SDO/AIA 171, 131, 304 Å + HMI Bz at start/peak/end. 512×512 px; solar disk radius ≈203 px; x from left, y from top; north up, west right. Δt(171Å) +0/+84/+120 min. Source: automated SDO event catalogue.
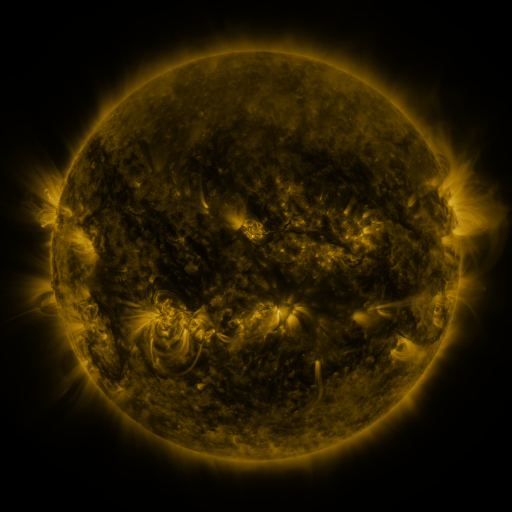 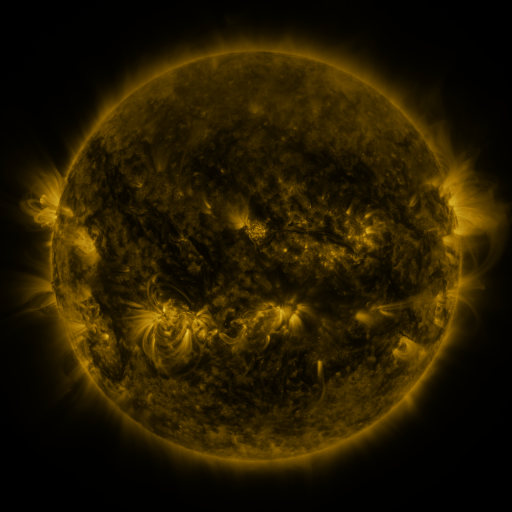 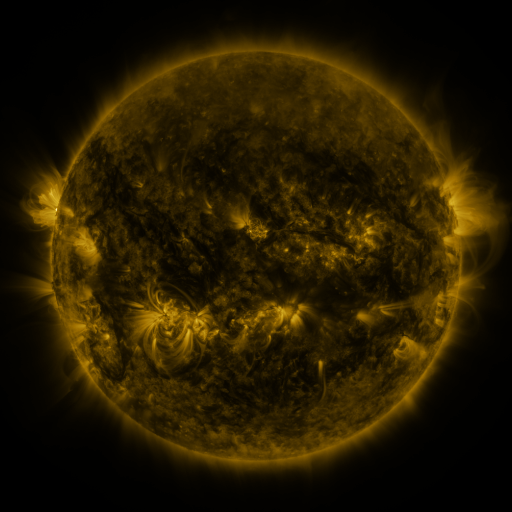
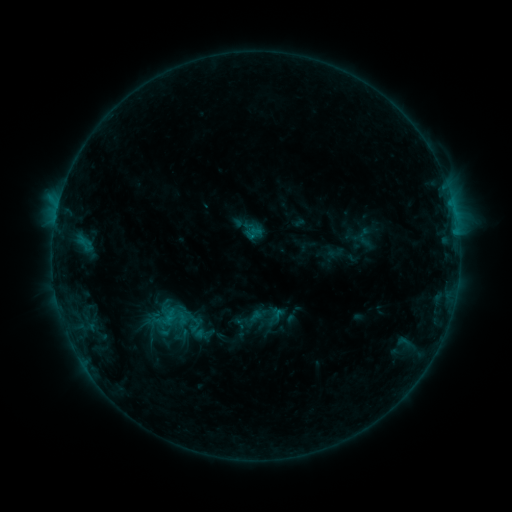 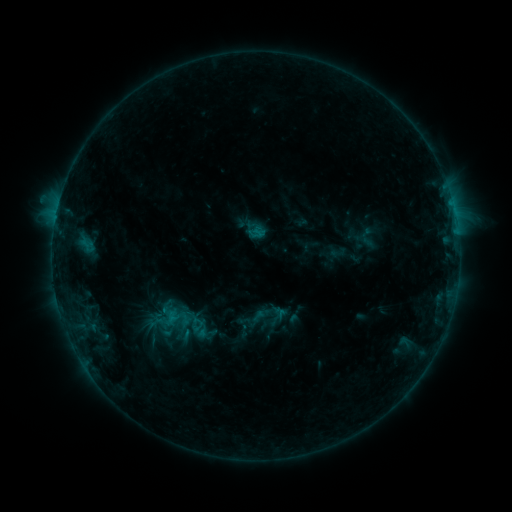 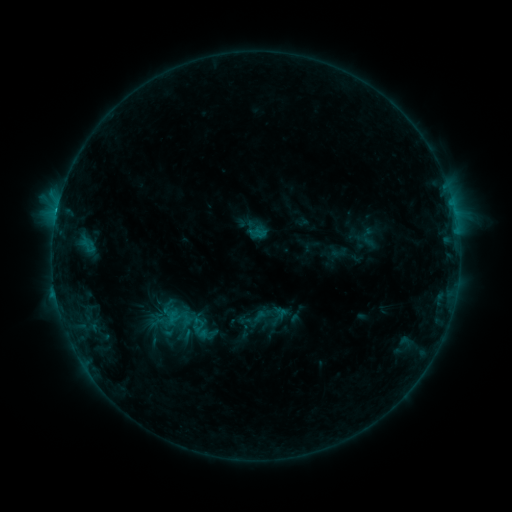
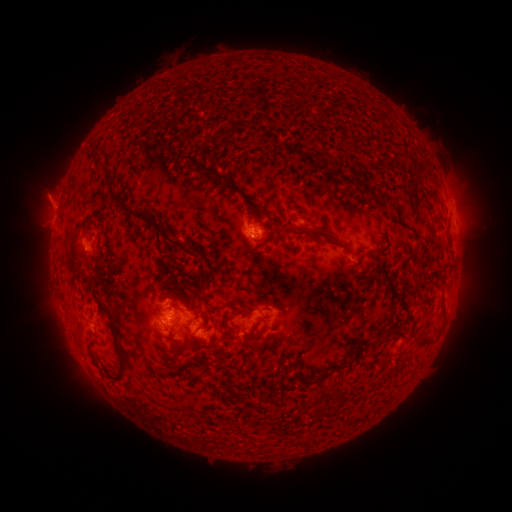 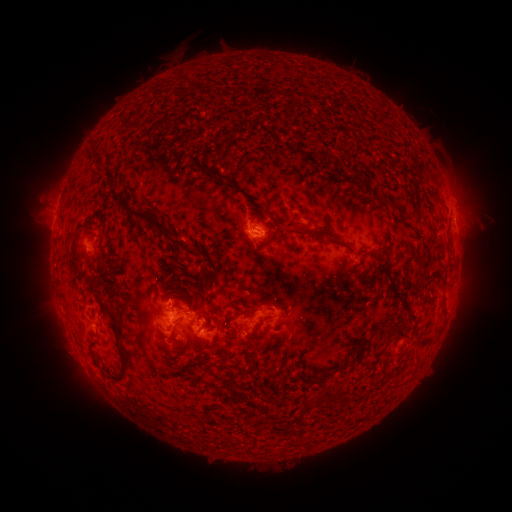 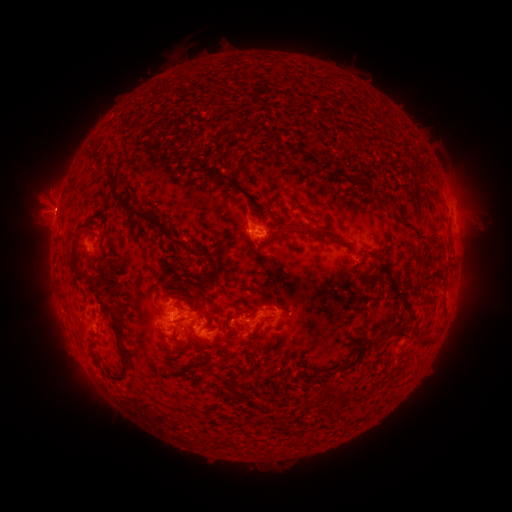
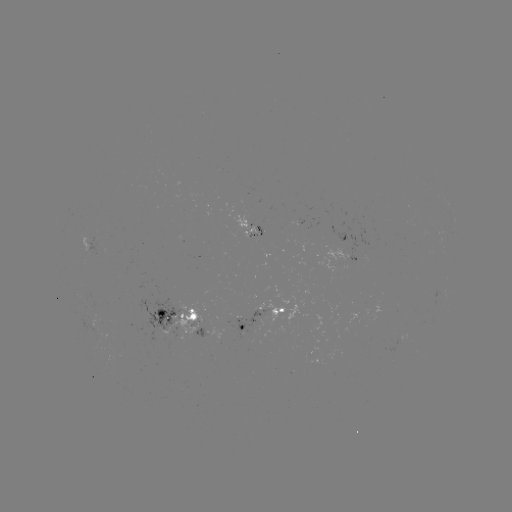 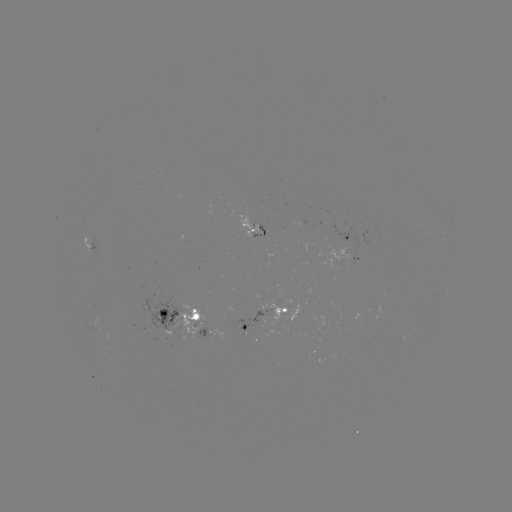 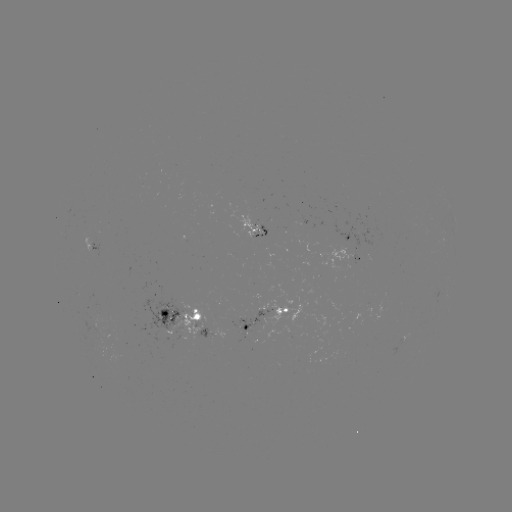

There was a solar emerging-flux region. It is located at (356, 237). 